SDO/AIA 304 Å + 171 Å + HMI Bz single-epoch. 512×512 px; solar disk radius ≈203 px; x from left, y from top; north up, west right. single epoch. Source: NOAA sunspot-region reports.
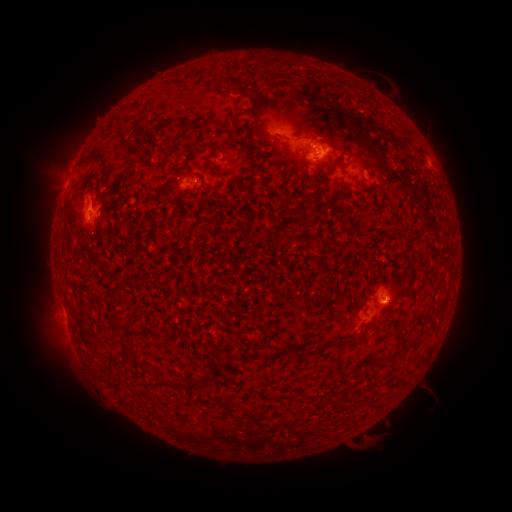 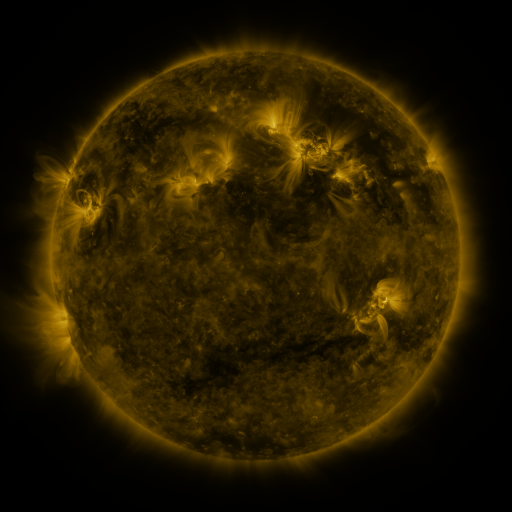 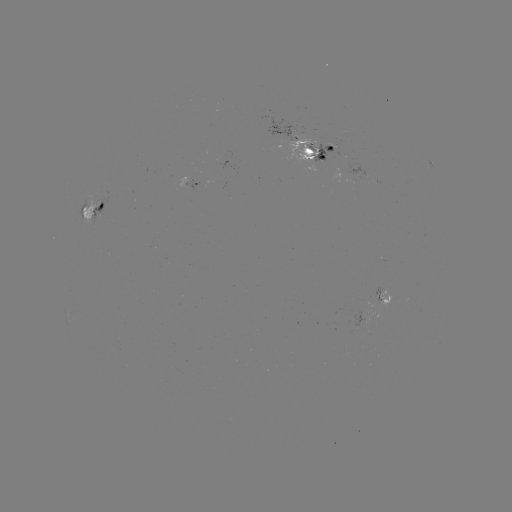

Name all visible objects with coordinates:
spotted active region: (316, 148)
spotted active region: (433, 167)
spotted active region: (188, 180)
spotted active region: (91, 209)
spotted active region: (379, 303)
